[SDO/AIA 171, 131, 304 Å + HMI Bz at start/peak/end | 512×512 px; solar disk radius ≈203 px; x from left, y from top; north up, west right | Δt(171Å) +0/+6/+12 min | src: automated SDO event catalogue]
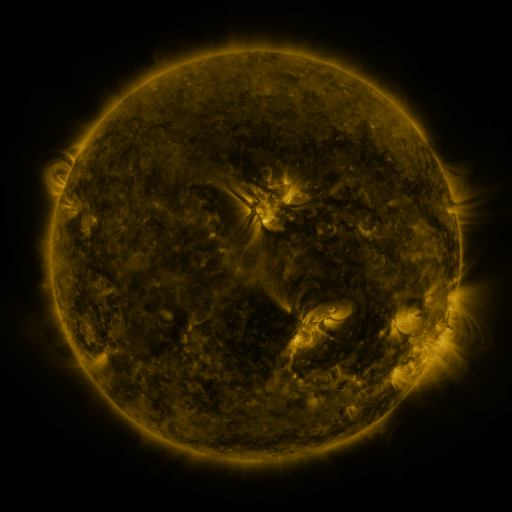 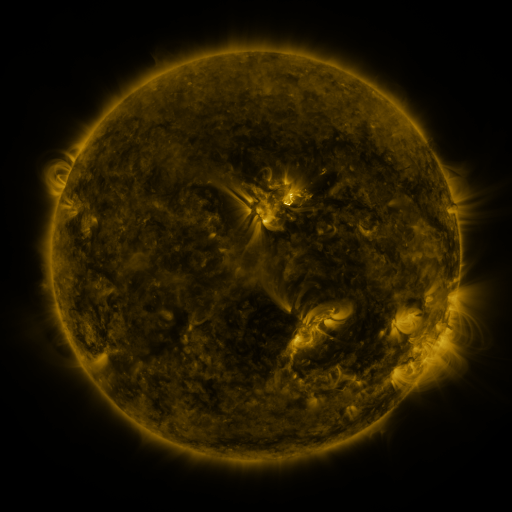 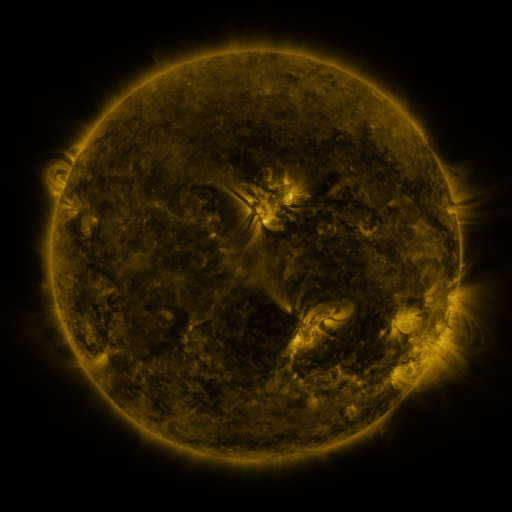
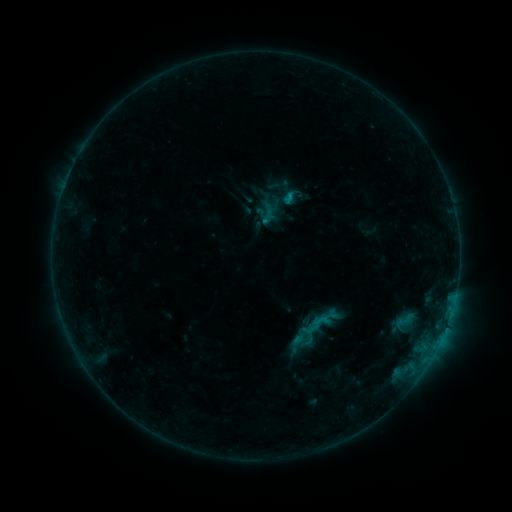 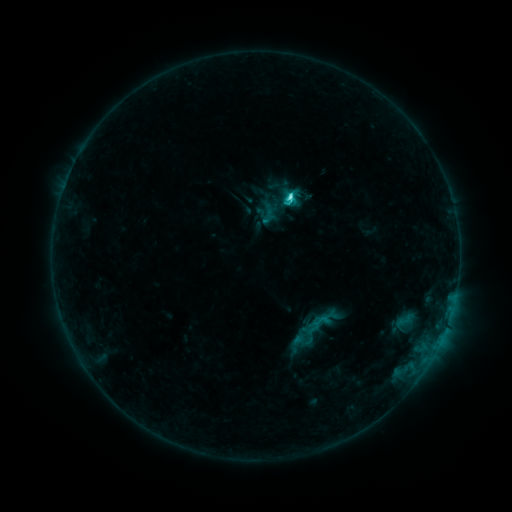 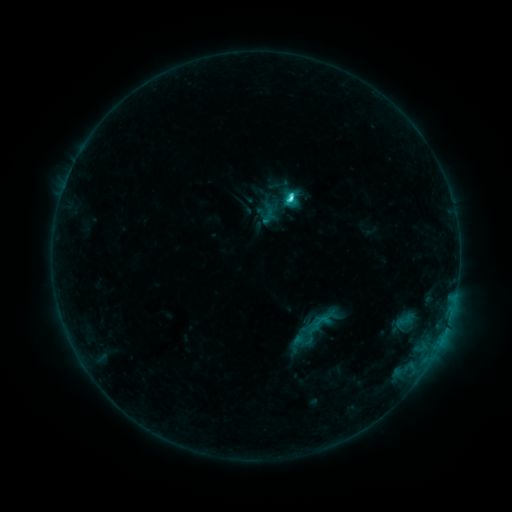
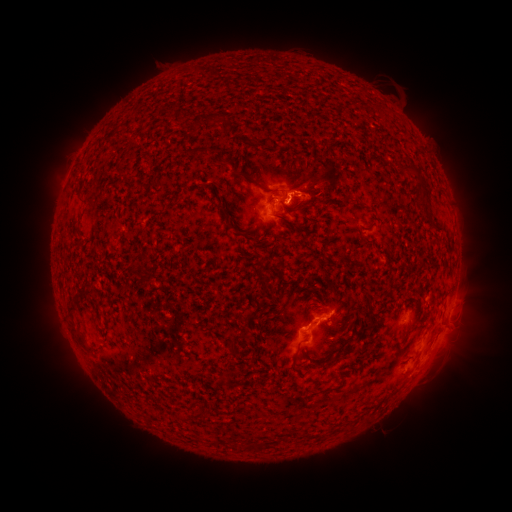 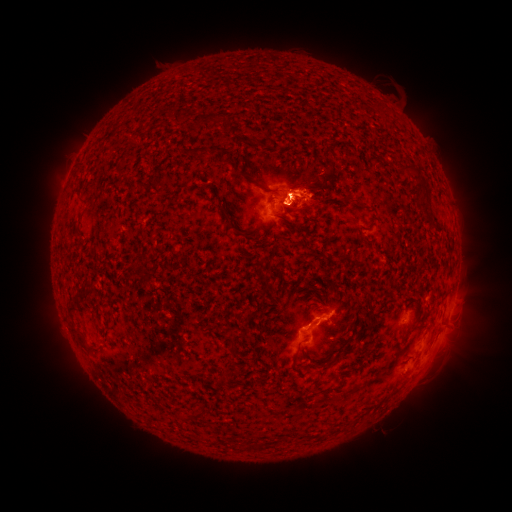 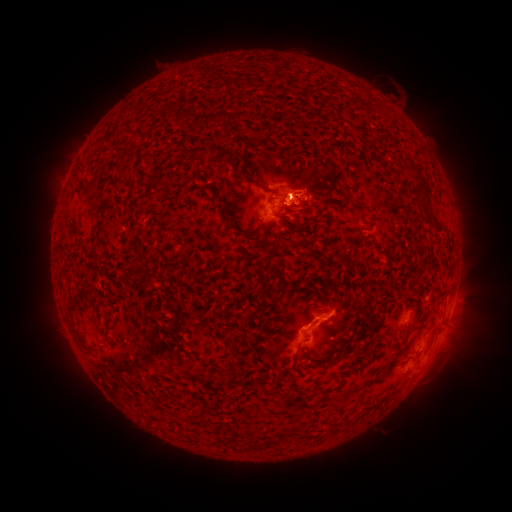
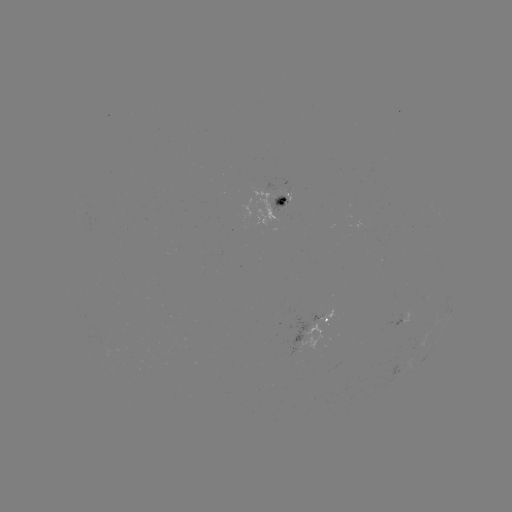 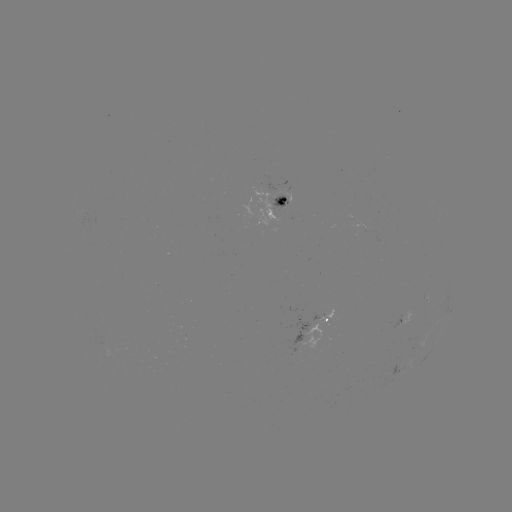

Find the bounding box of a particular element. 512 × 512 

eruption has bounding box [391, 268, 493, 416].